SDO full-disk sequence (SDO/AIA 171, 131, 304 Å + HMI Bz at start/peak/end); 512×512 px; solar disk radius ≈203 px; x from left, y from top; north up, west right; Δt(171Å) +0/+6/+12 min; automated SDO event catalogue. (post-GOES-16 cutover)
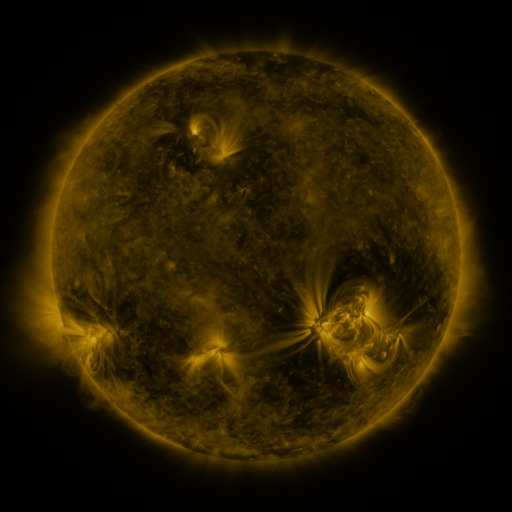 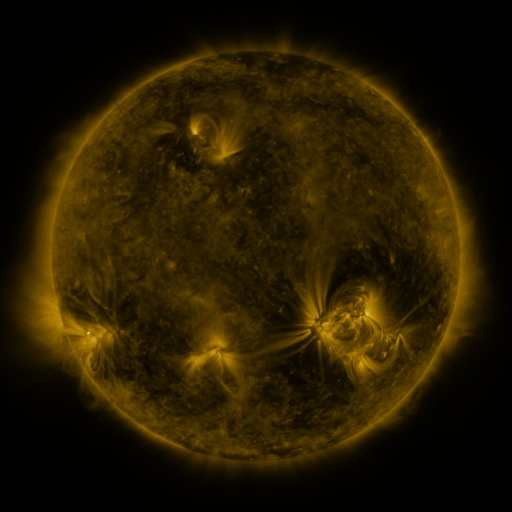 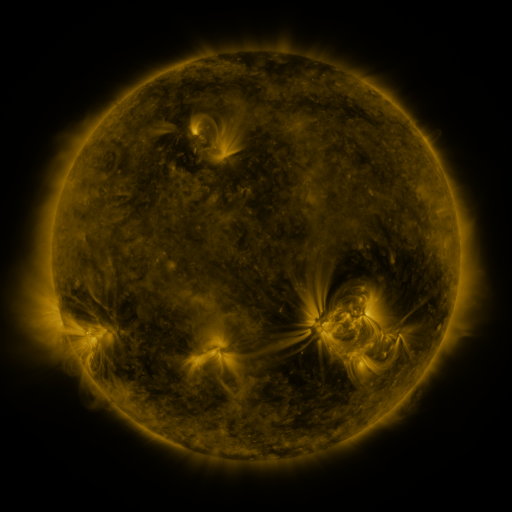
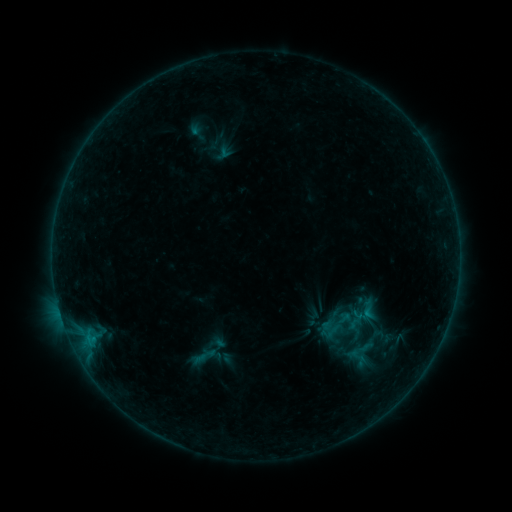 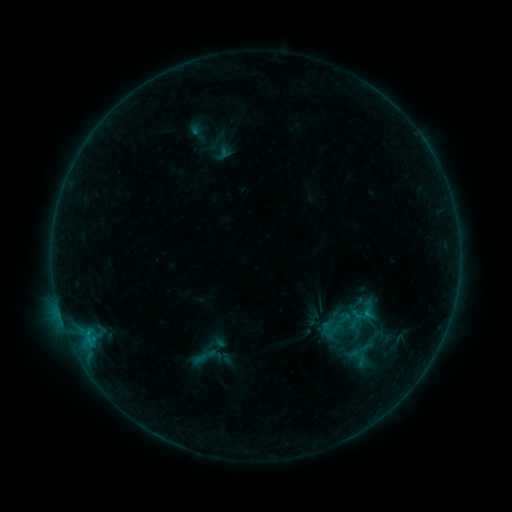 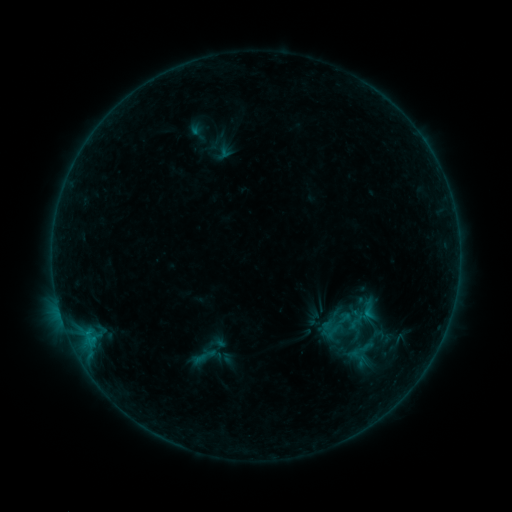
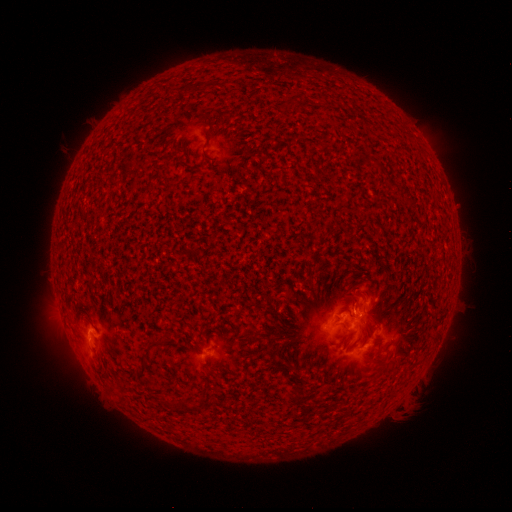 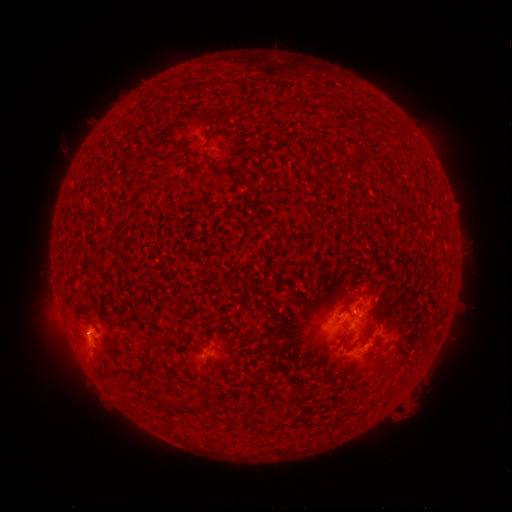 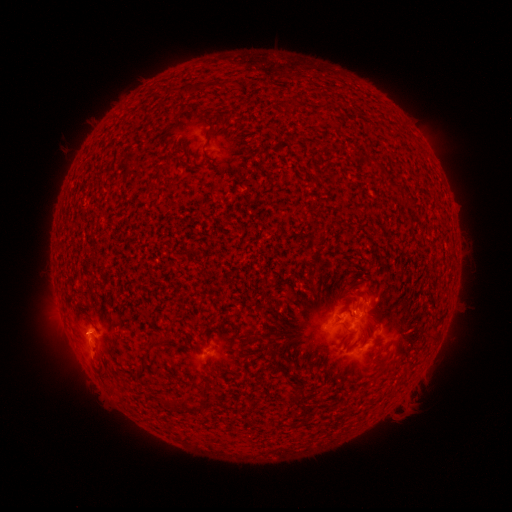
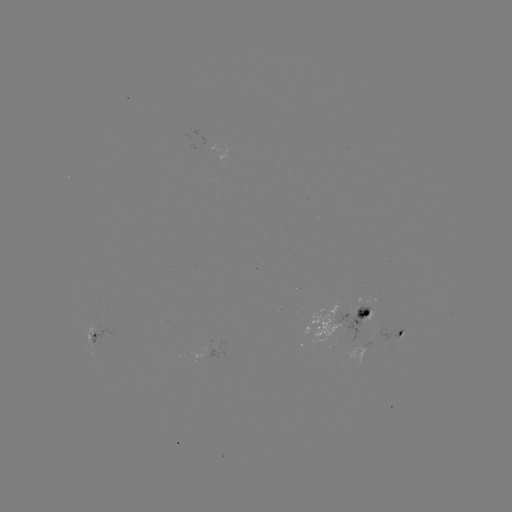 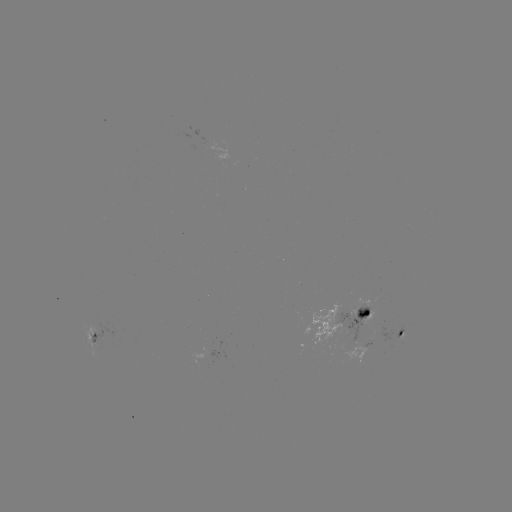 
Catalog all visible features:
B6.6 flare: (89, 333)
